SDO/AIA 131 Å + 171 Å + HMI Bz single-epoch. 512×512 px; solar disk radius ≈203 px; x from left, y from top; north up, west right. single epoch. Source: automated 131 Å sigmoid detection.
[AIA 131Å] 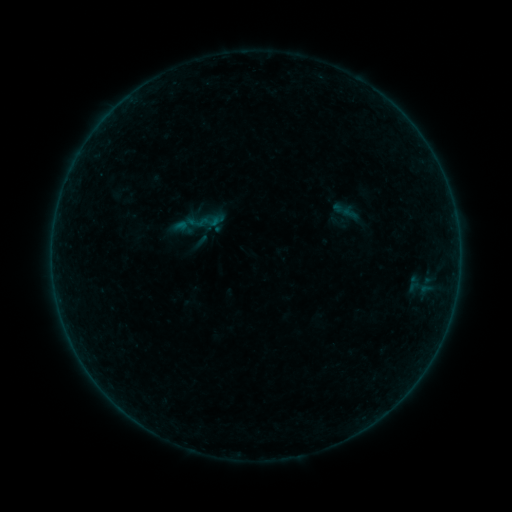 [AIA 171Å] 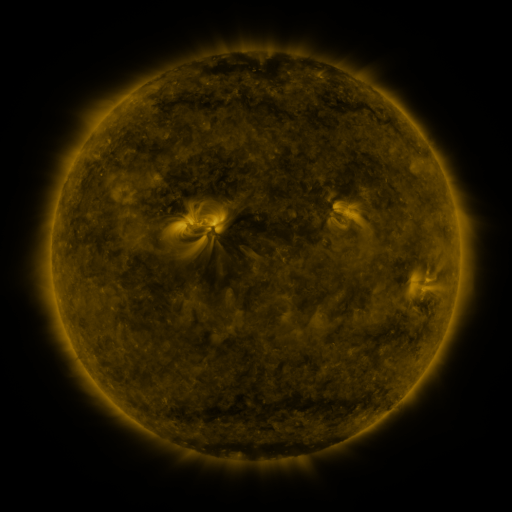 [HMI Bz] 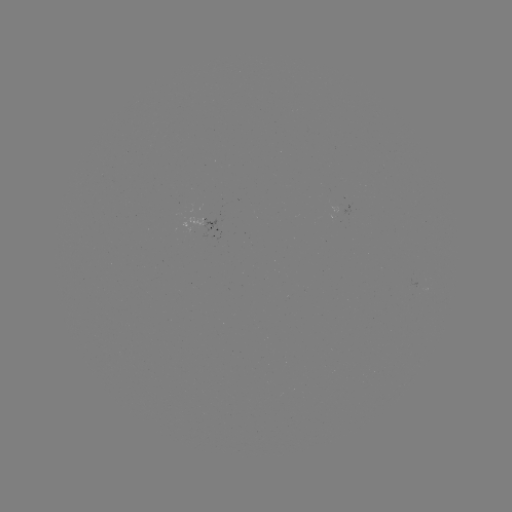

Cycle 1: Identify sigmoid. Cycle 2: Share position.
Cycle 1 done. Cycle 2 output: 197,223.